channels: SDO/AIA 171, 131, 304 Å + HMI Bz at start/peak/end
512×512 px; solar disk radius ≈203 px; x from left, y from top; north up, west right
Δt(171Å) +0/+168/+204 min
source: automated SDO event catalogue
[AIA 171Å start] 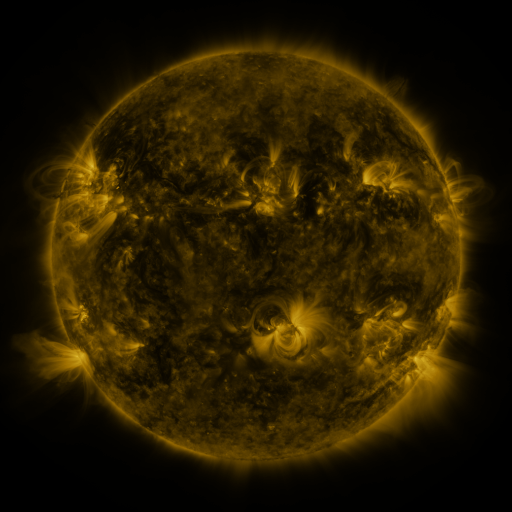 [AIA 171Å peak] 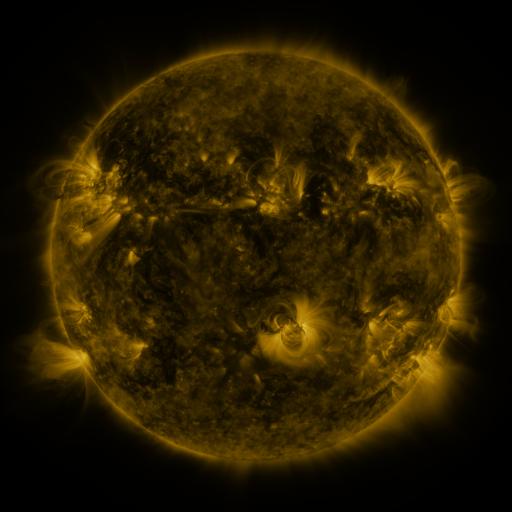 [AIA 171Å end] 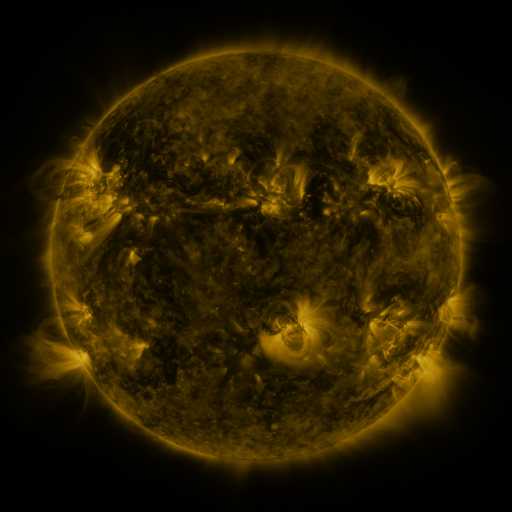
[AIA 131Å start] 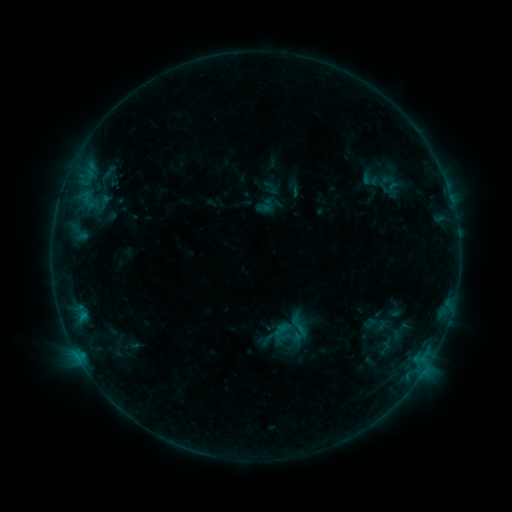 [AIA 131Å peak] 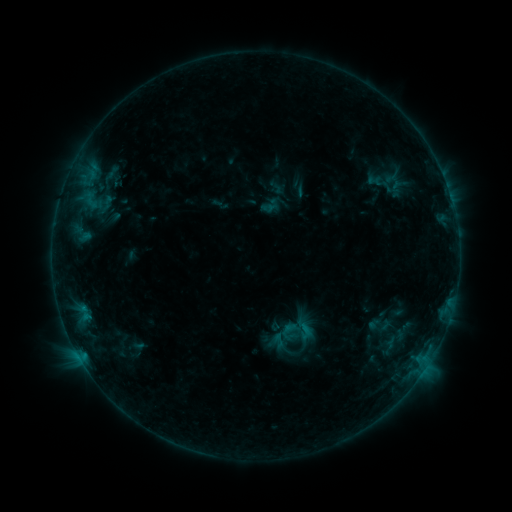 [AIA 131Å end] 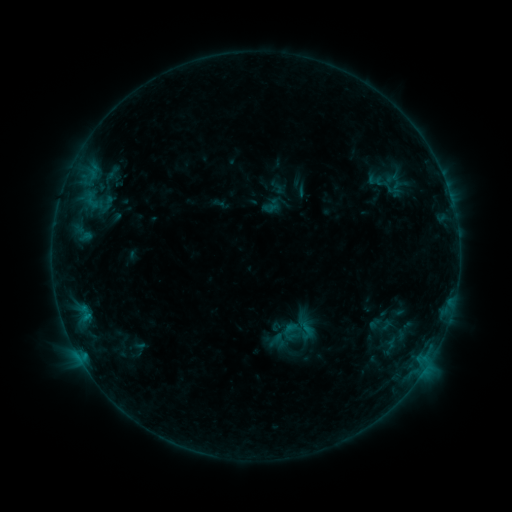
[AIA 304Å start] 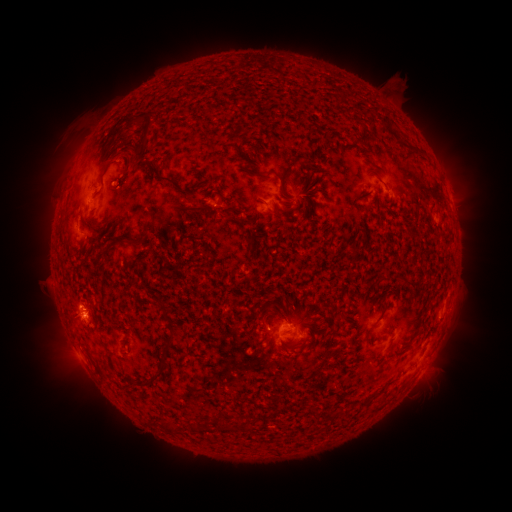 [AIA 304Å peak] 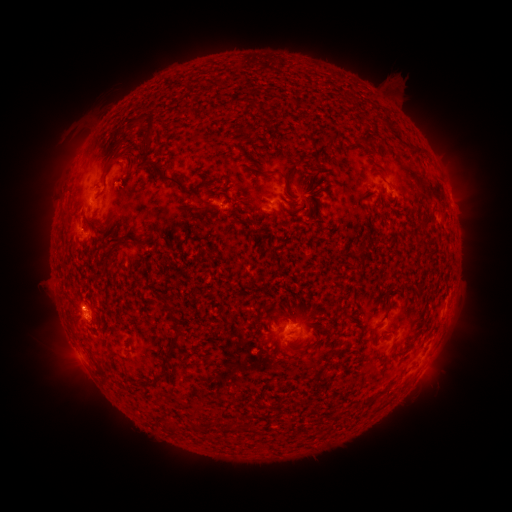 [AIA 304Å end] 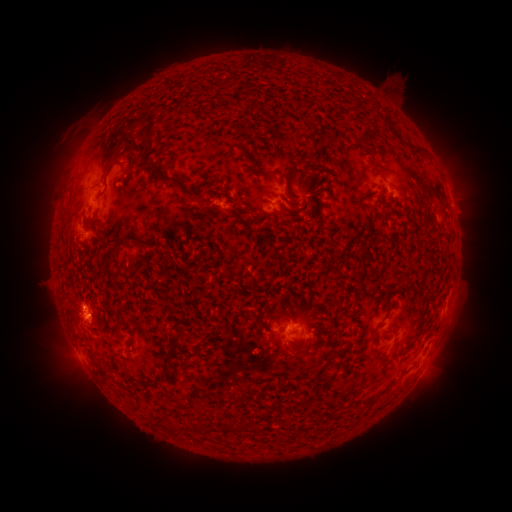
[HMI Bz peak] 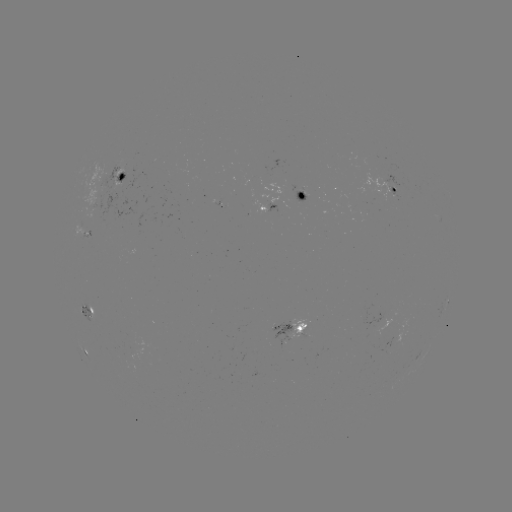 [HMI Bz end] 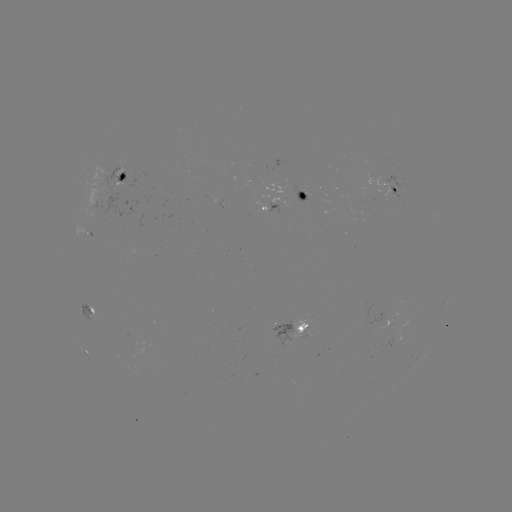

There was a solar emerging-flux region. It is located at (87, 234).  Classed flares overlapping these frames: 1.